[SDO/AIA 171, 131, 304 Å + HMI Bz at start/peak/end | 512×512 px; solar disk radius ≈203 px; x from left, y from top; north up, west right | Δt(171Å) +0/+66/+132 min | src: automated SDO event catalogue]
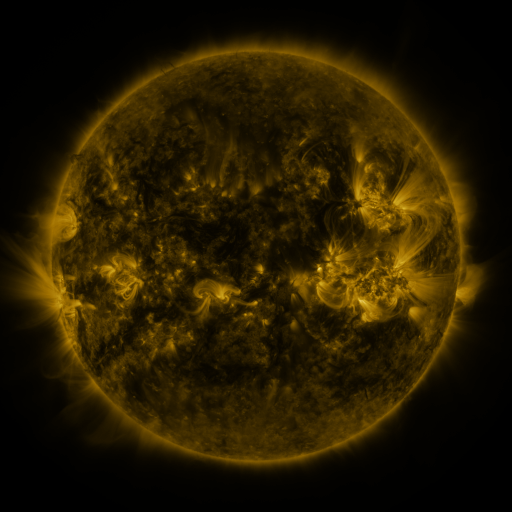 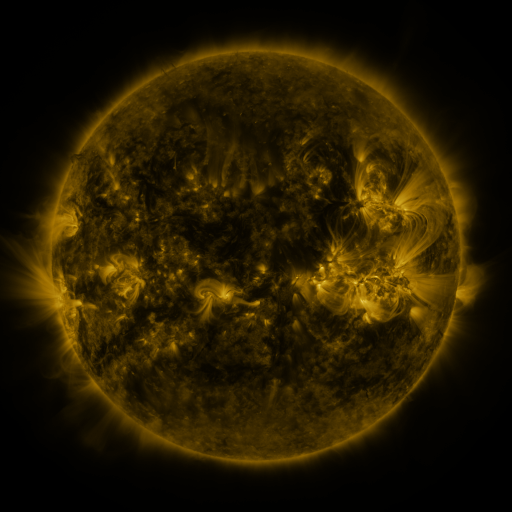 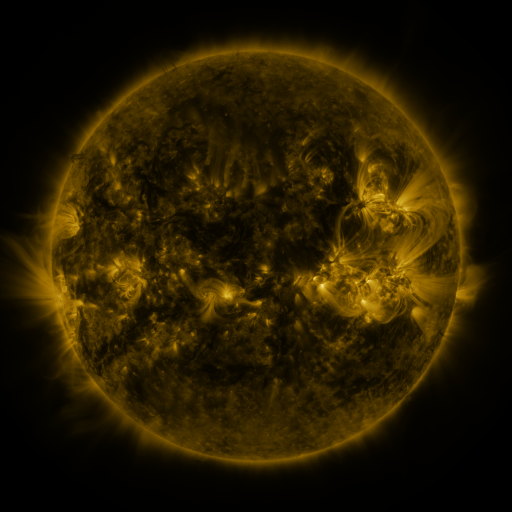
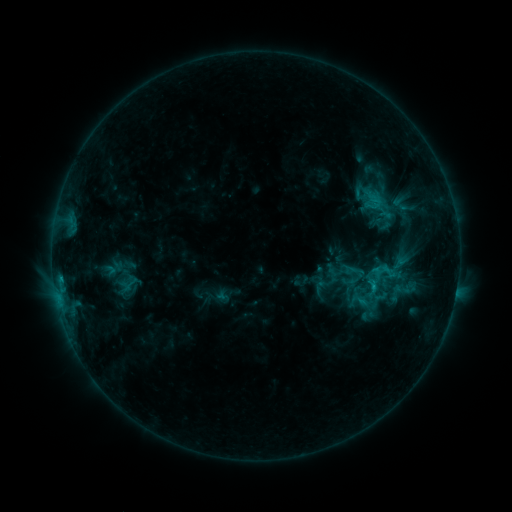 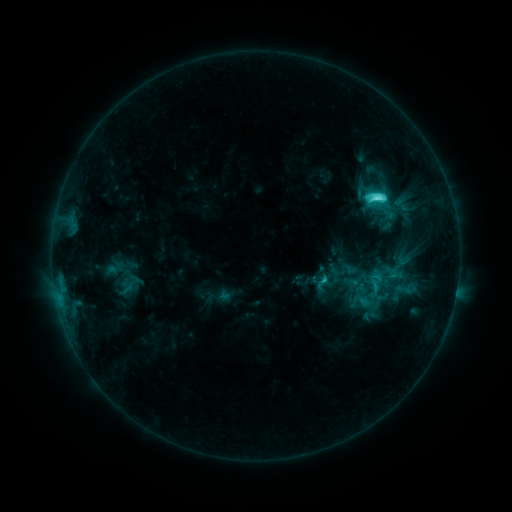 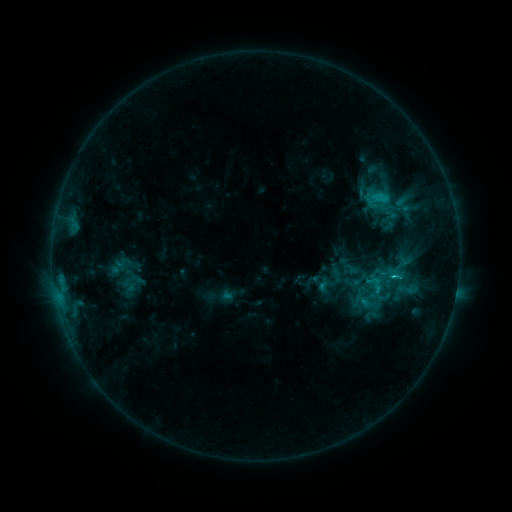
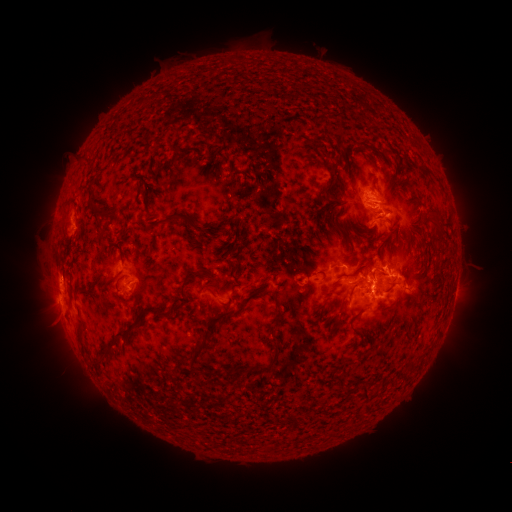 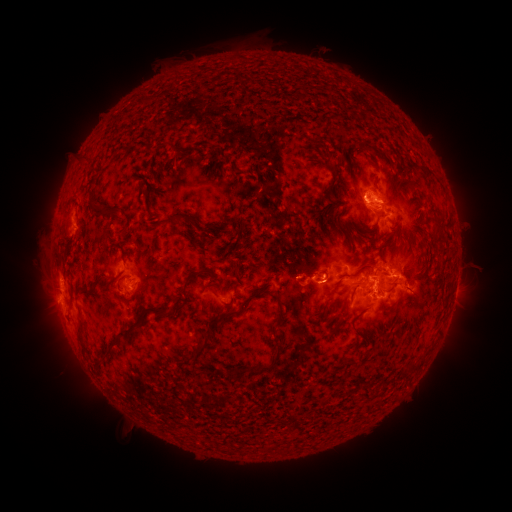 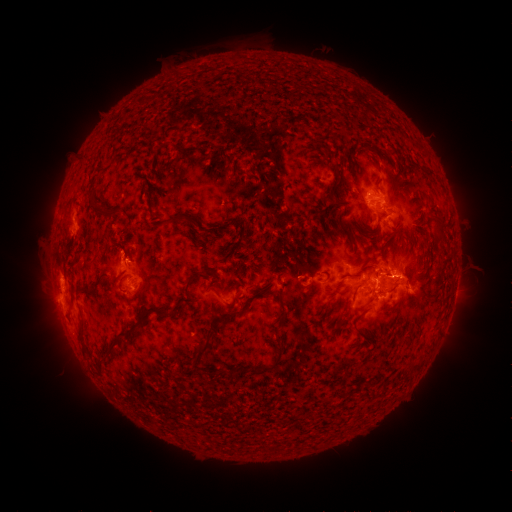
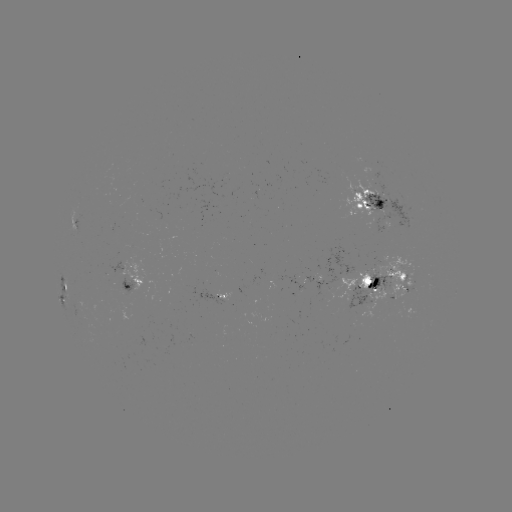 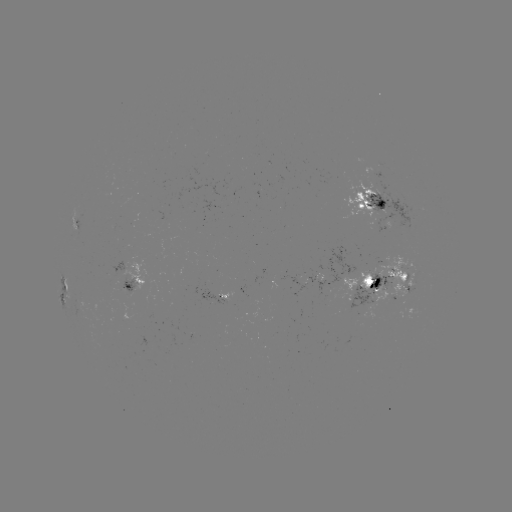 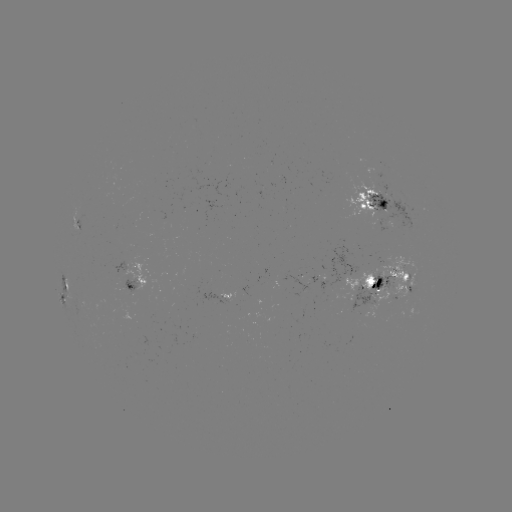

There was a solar filament eruption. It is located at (109, 451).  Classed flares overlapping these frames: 1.